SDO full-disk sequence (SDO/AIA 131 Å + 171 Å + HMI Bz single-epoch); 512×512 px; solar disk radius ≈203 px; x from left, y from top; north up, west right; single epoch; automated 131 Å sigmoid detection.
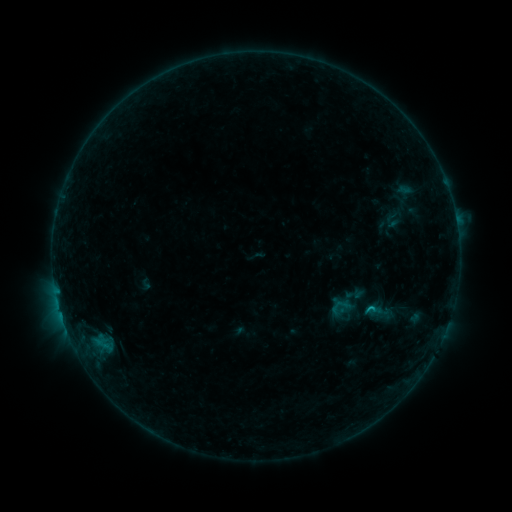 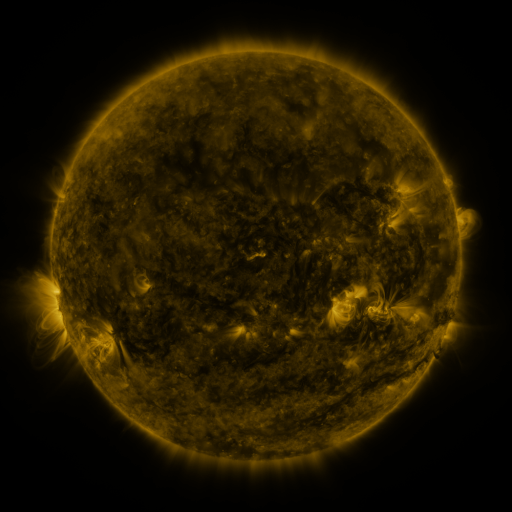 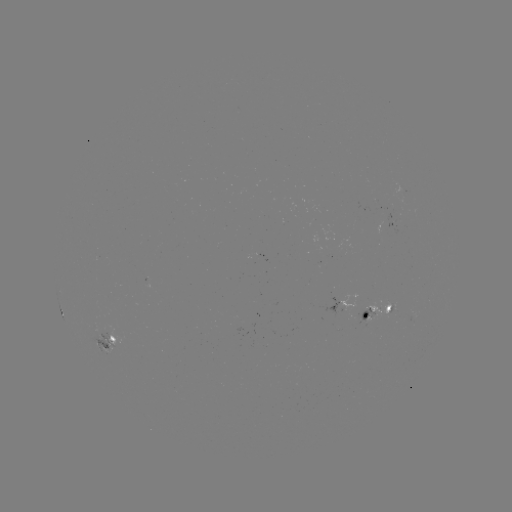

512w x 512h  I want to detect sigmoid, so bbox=[328, 295, 353, 320].